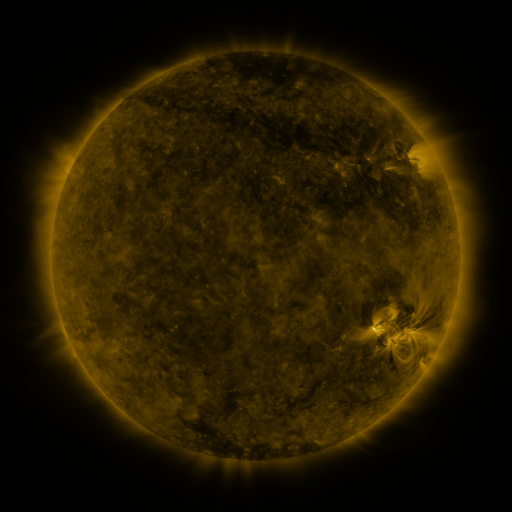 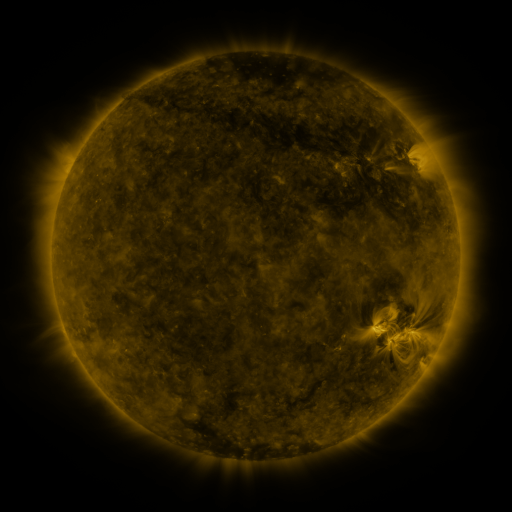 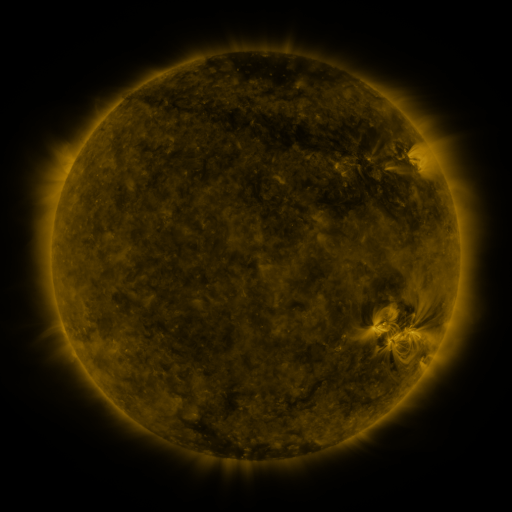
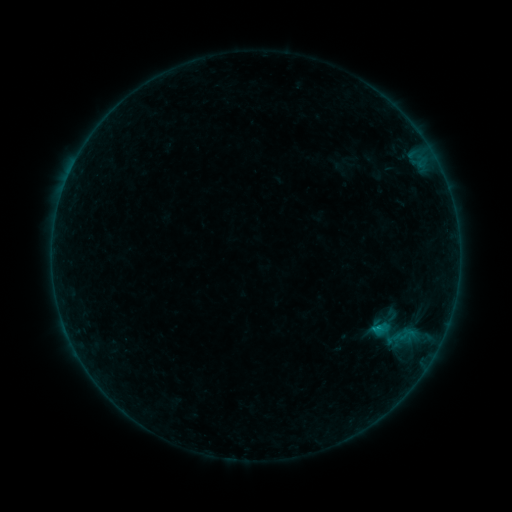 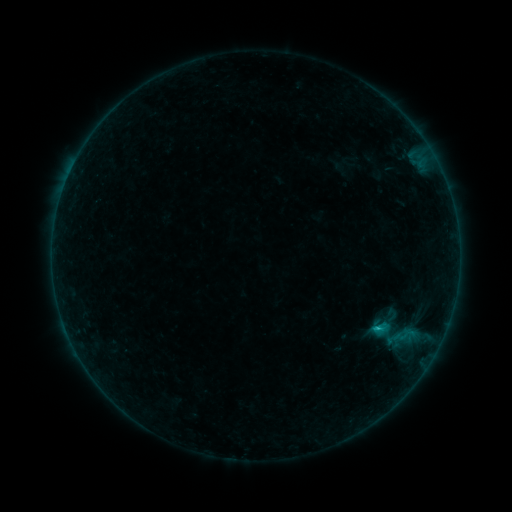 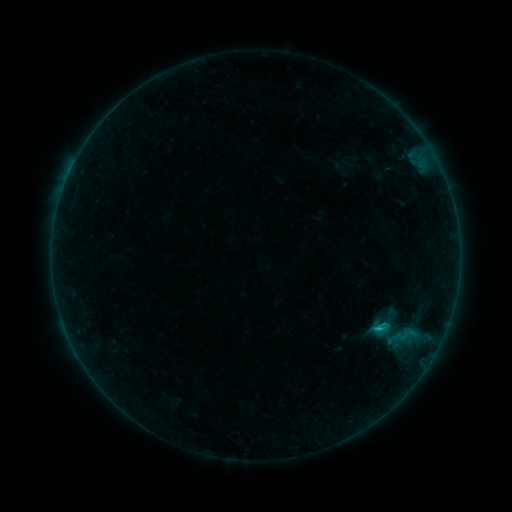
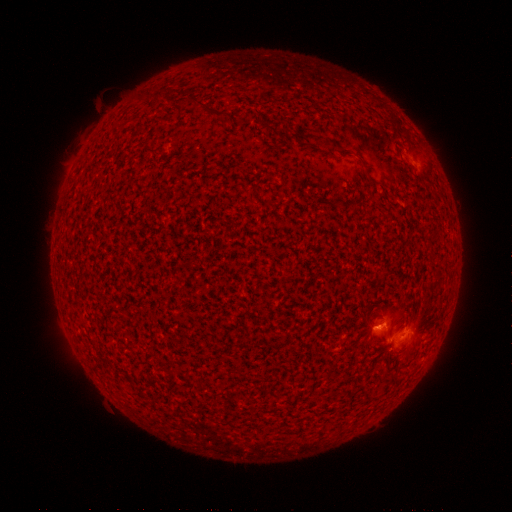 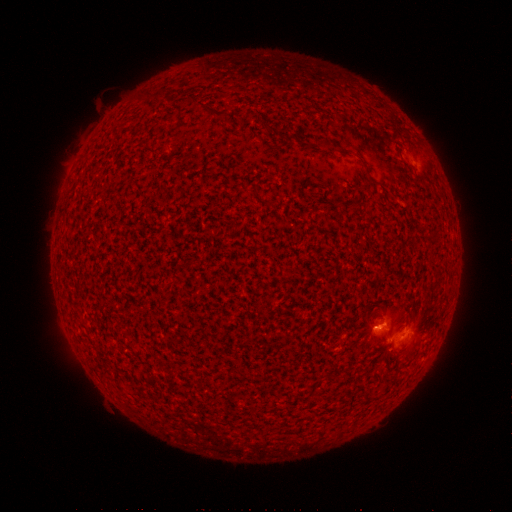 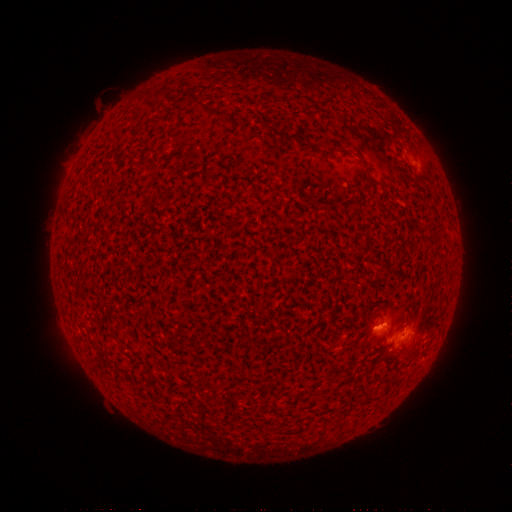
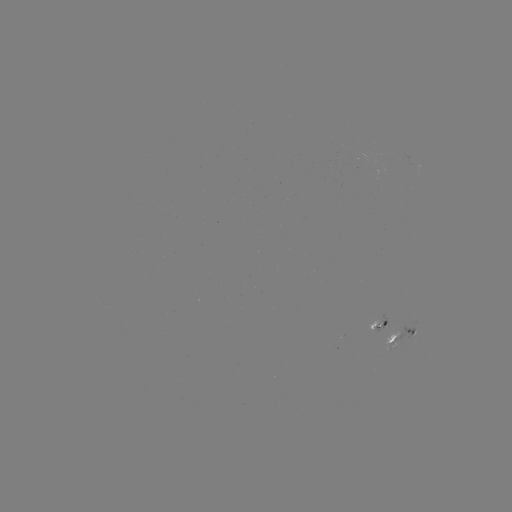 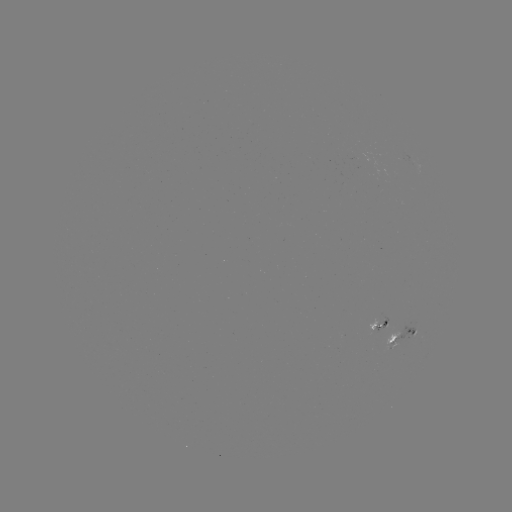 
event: flare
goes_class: C1.0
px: (376, 327)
